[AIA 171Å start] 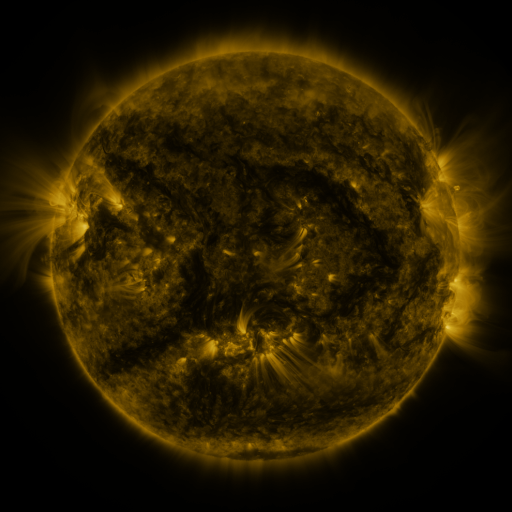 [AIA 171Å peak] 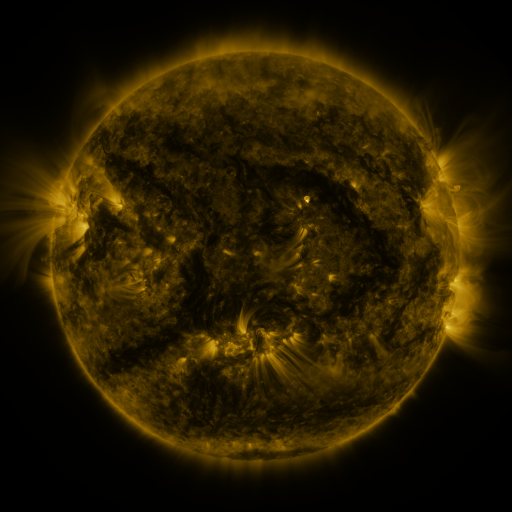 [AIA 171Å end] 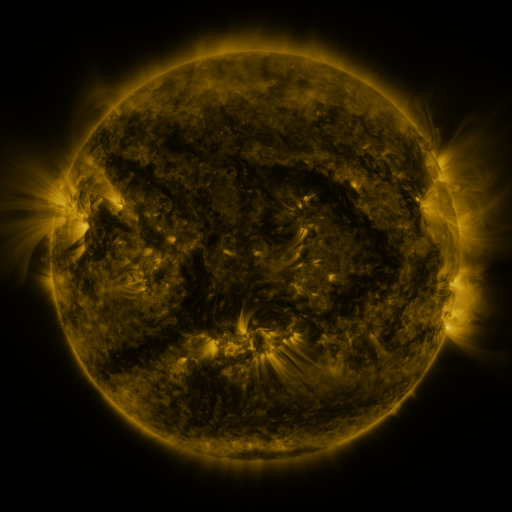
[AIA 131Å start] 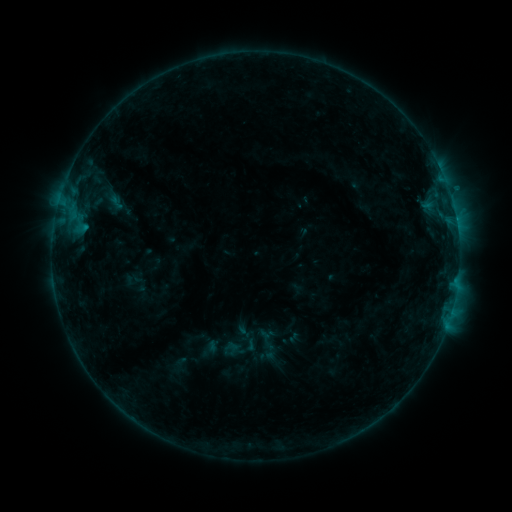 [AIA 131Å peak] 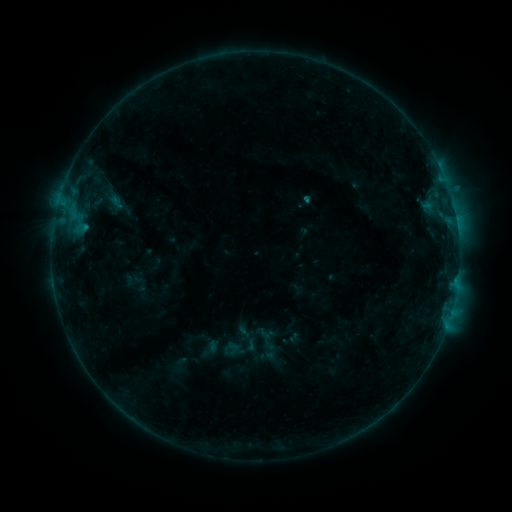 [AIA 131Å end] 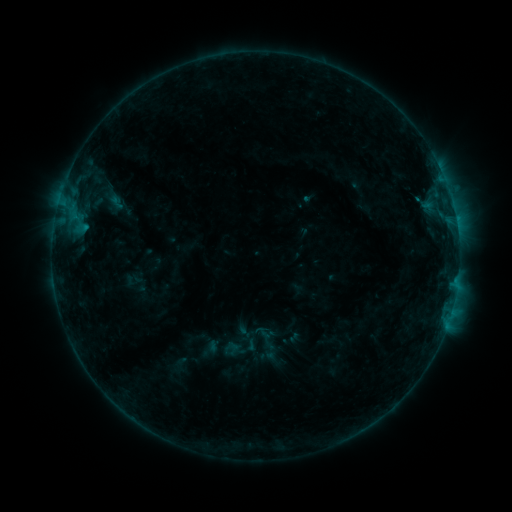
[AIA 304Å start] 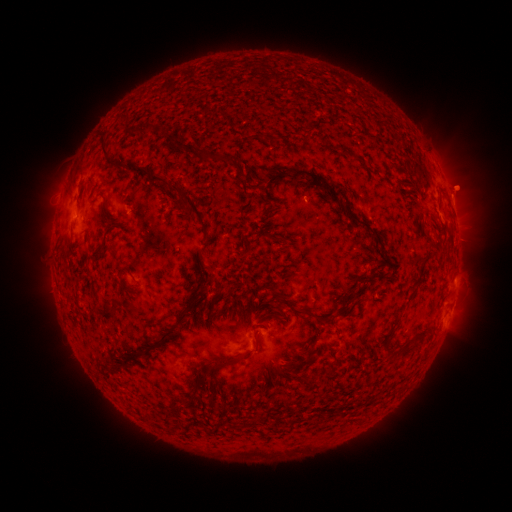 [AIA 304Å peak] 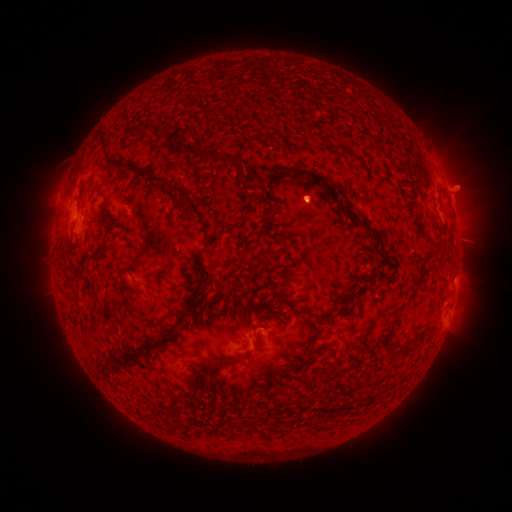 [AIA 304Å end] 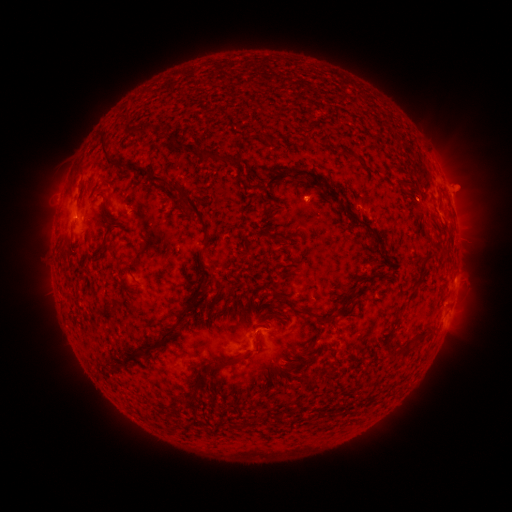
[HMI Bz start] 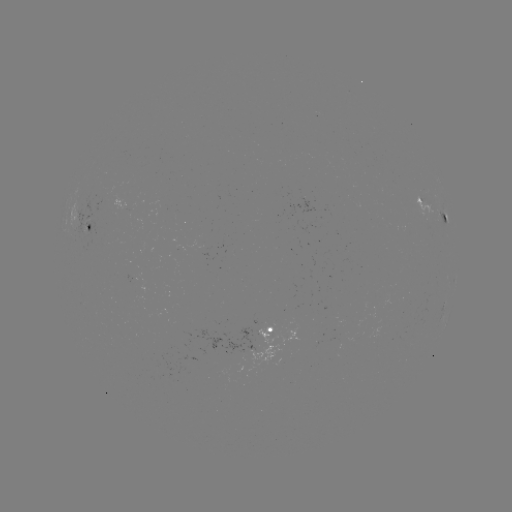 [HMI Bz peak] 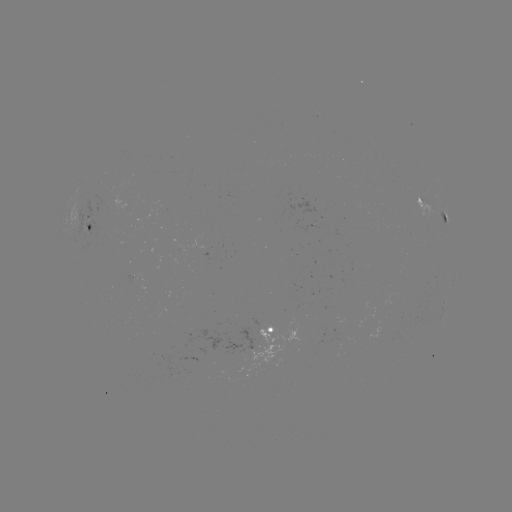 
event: eruption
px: (316, 198)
